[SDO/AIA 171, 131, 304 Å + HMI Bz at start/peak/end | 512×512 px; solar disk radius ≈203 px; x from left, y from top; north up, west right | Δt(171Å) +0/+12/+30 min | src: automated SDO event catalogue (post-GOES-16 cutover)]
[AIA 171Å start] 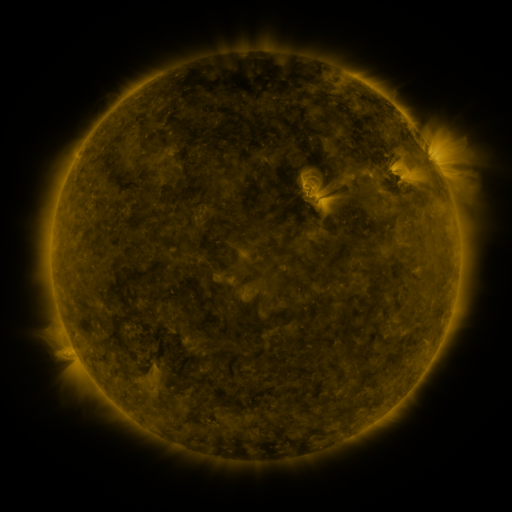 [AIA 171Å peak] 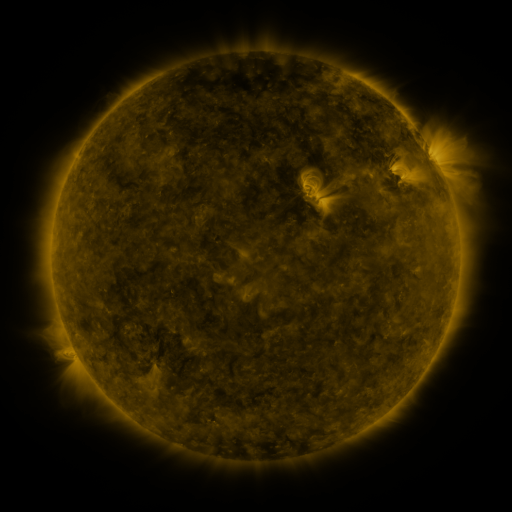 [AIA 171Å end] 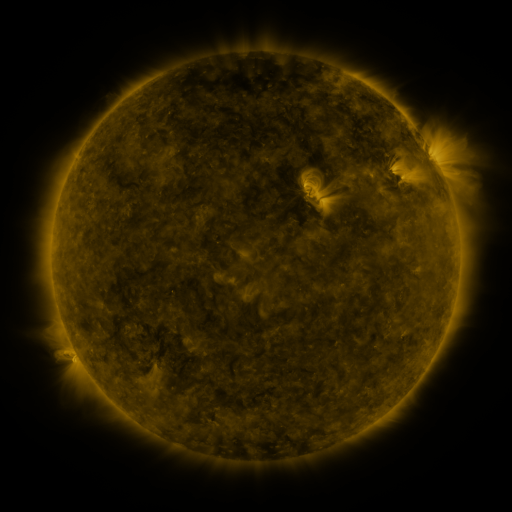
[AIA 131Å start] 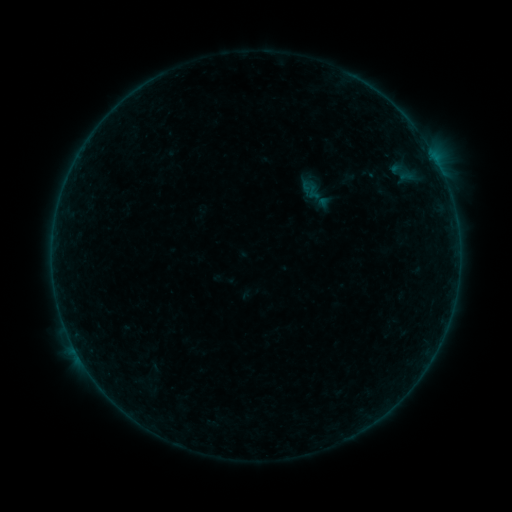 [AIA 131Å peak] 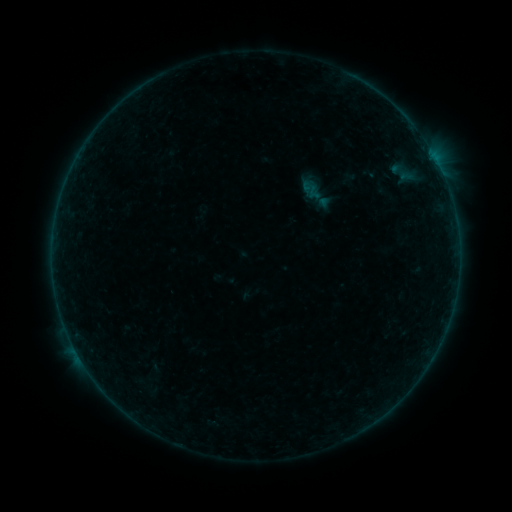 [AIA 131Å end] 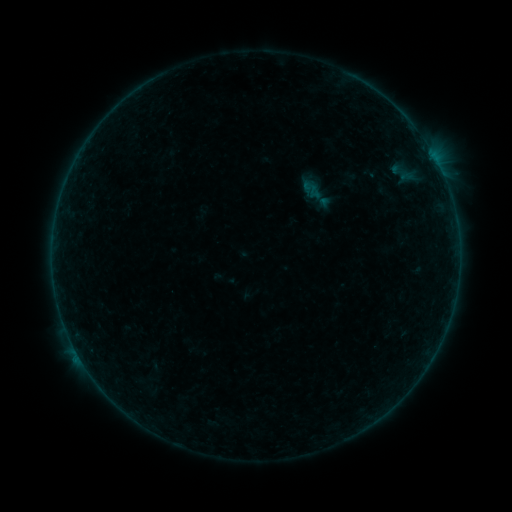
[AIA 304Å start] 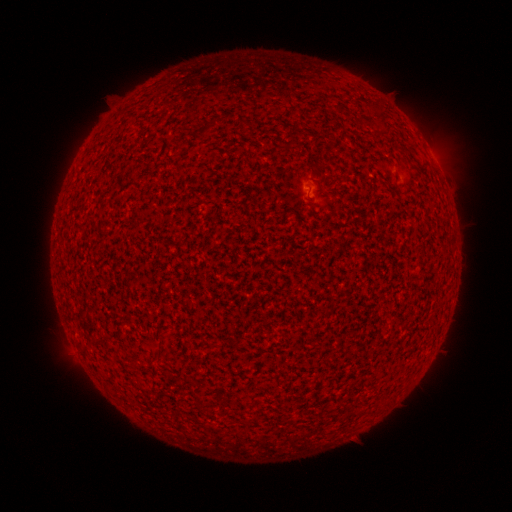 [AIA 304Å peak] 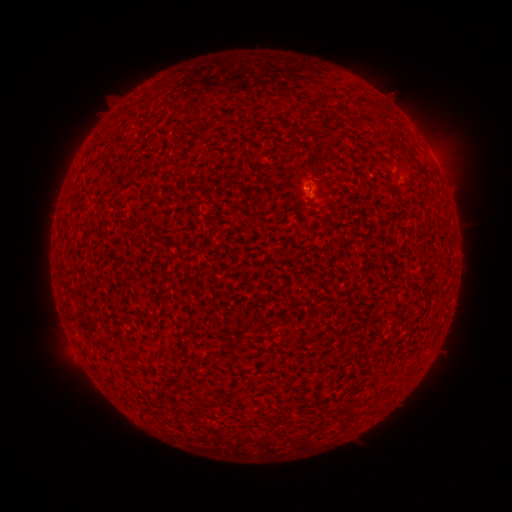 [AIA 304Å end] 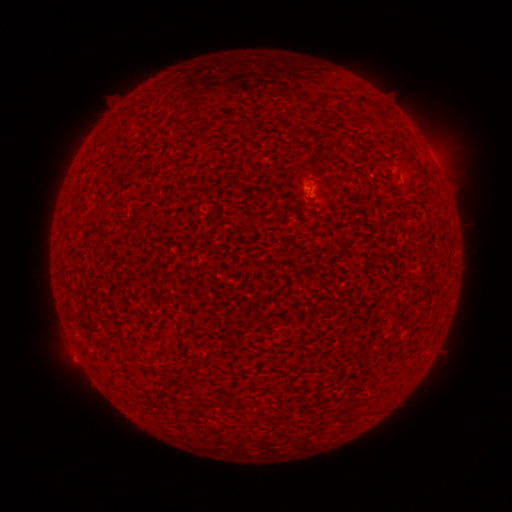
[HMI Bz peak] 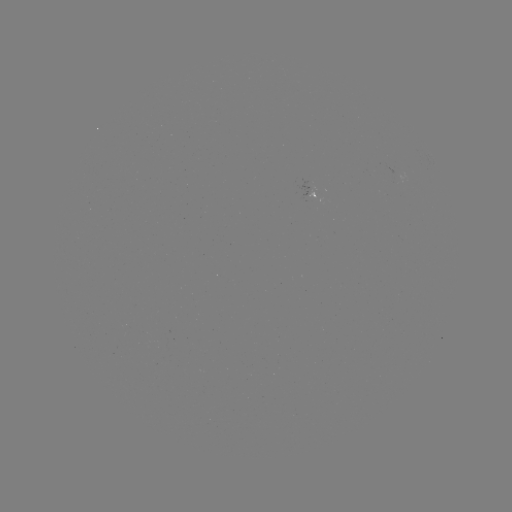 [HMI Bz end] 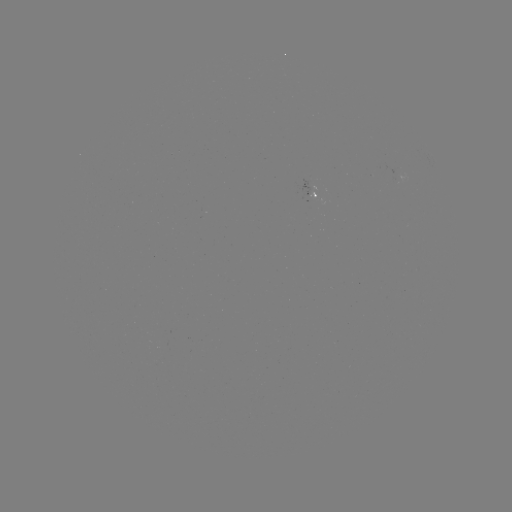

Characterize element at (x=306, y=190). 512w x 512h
A5.8 flare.